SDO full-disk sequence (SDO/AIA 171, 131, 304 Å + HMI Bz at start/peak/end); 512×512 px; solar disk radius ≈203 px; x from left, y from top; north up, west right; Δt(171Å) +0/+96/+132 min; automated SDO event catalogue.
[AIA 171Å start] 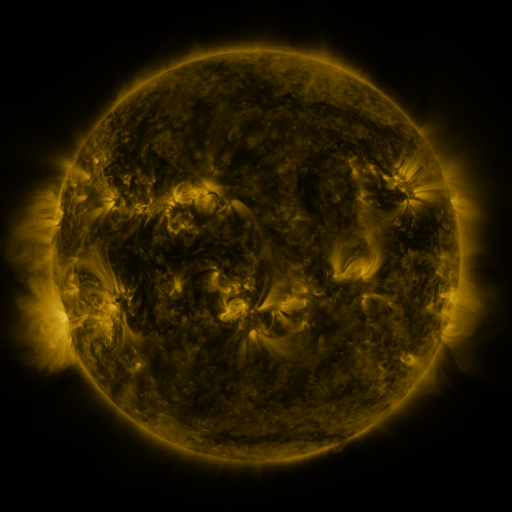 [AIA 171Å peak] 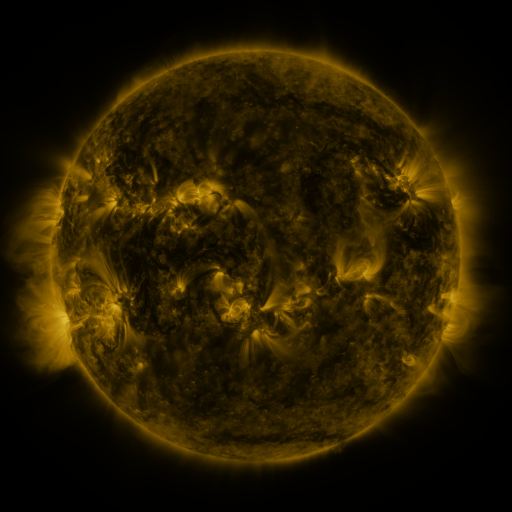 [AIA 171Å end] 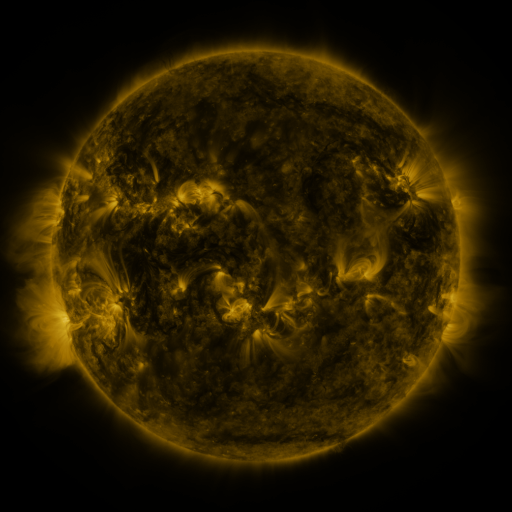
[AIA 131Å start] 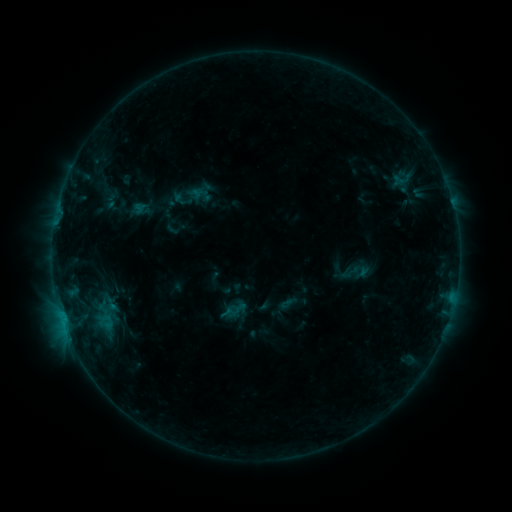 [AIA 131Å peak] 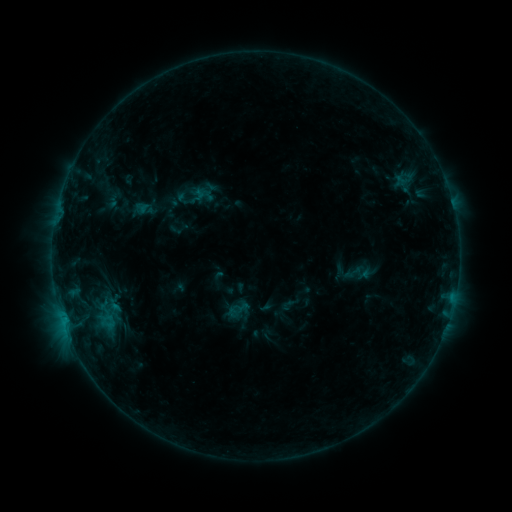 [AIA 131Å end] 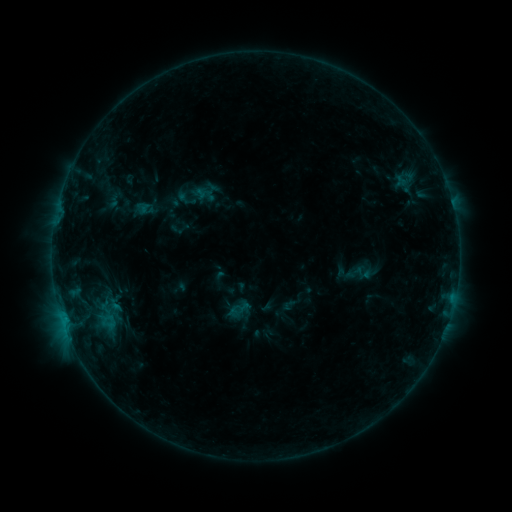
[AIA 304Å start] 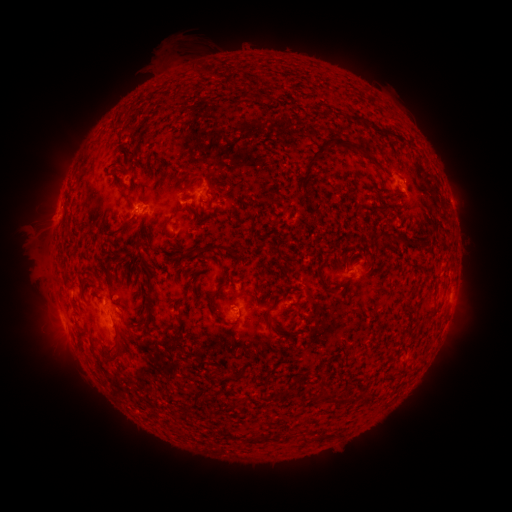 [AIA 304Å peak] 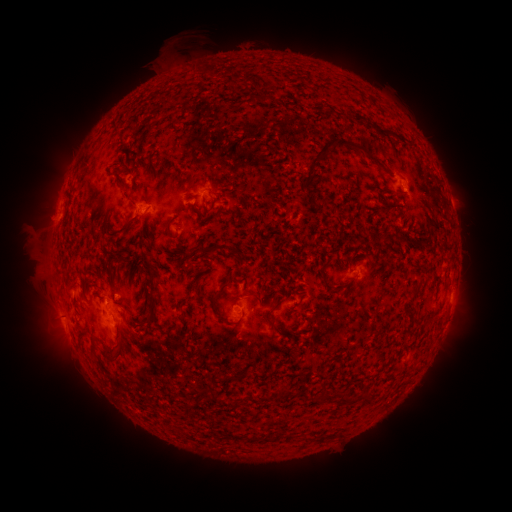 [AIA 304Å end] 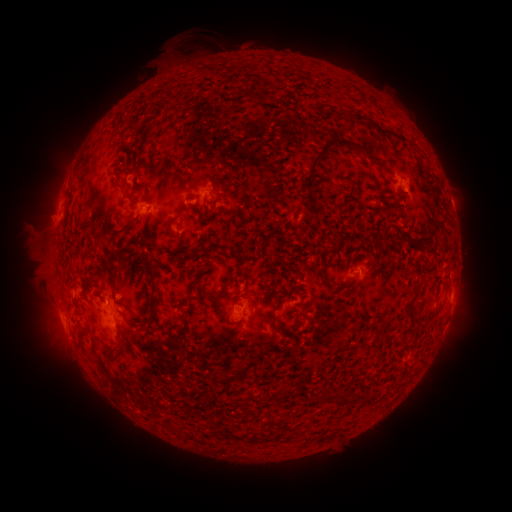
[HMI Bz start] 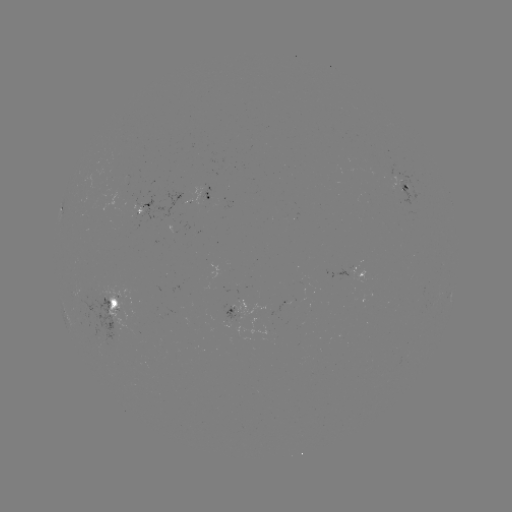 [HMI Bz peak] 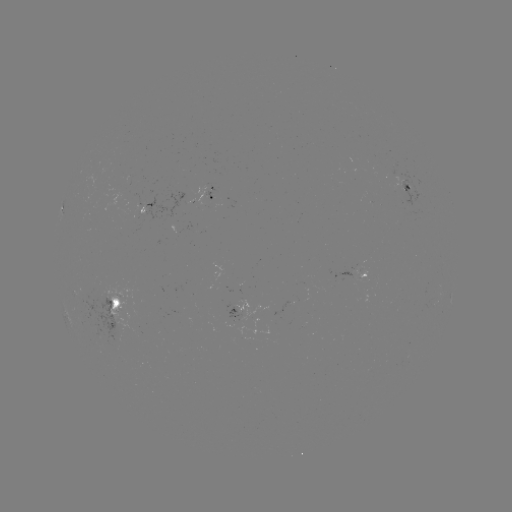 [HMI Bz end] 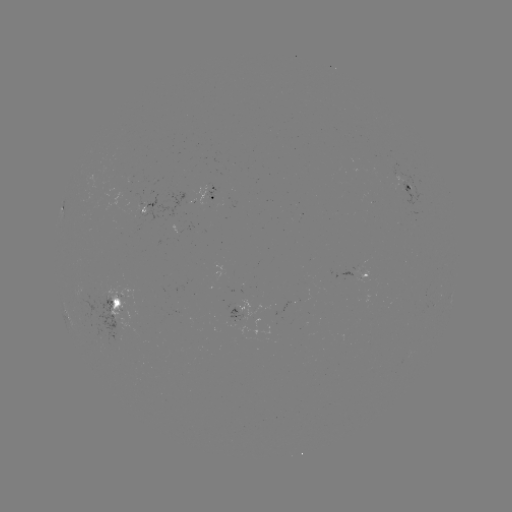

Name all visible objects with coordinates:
emerging-flux region: (182, 314)
